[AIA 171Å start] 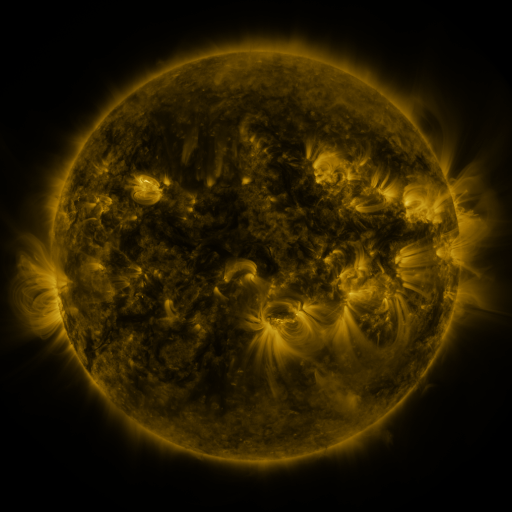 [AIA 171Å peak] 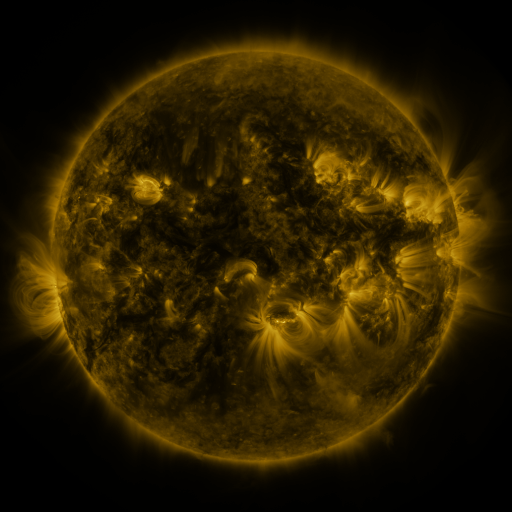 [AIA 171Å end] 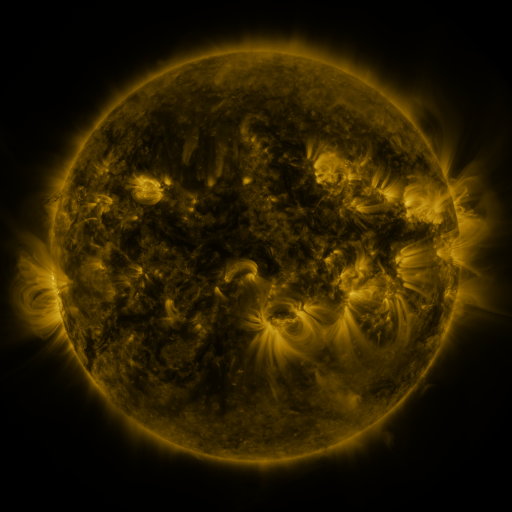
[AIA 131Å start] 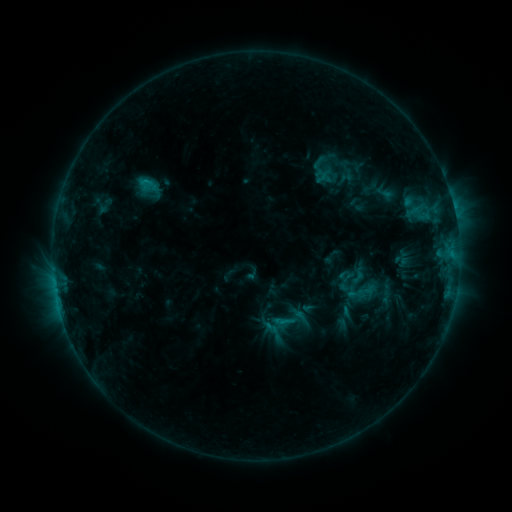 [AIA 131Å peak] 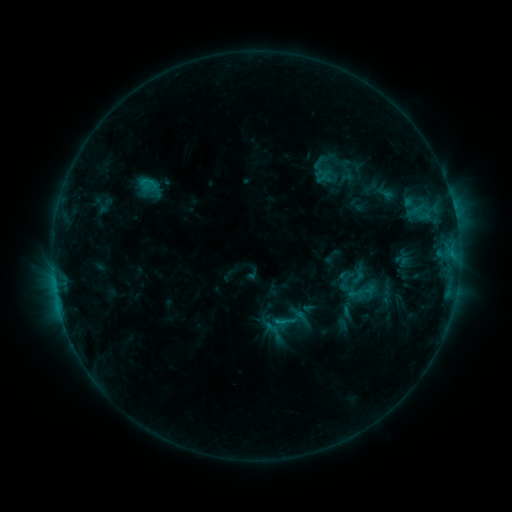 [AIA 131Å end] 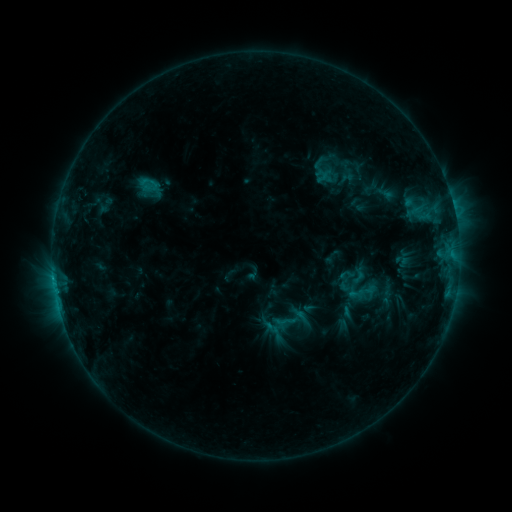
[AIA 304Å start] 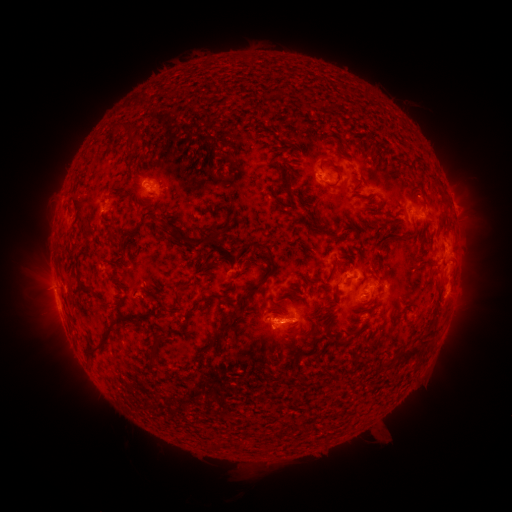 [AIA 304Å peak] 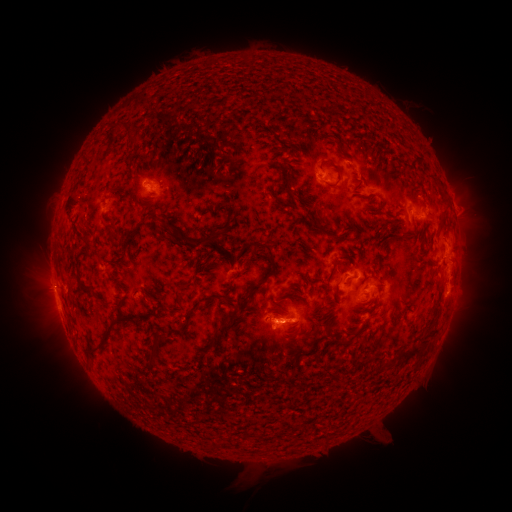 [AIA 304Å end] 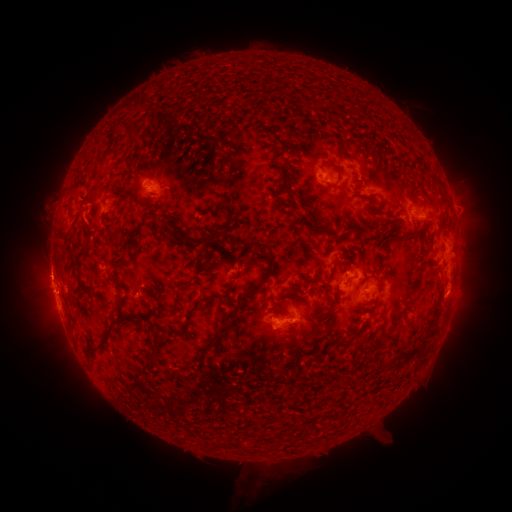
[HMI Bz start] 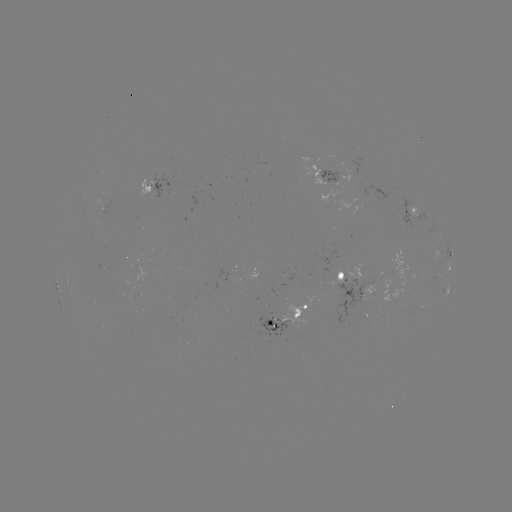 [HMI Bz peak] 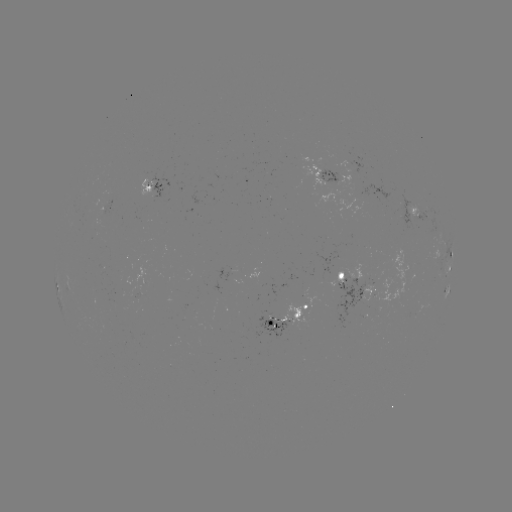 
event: eruption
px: (63, 213)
